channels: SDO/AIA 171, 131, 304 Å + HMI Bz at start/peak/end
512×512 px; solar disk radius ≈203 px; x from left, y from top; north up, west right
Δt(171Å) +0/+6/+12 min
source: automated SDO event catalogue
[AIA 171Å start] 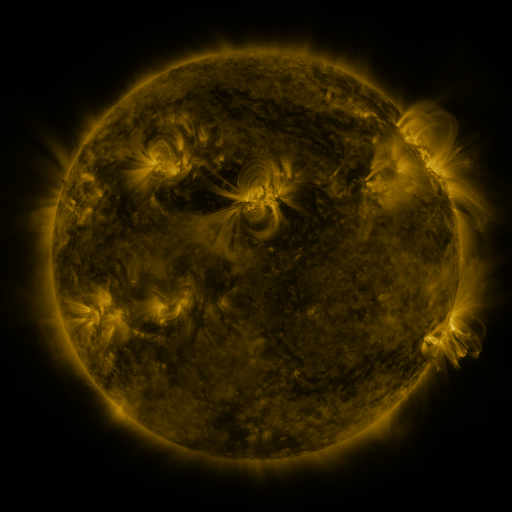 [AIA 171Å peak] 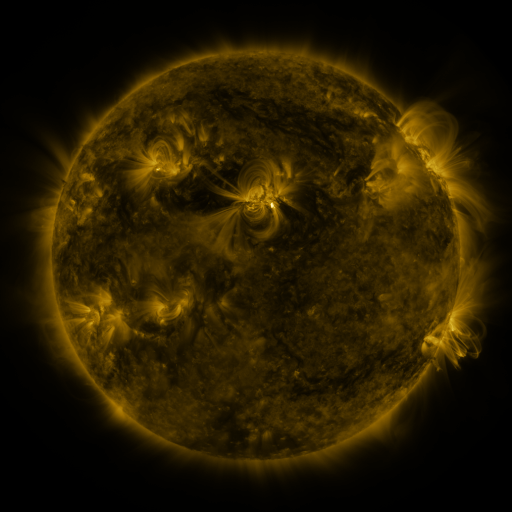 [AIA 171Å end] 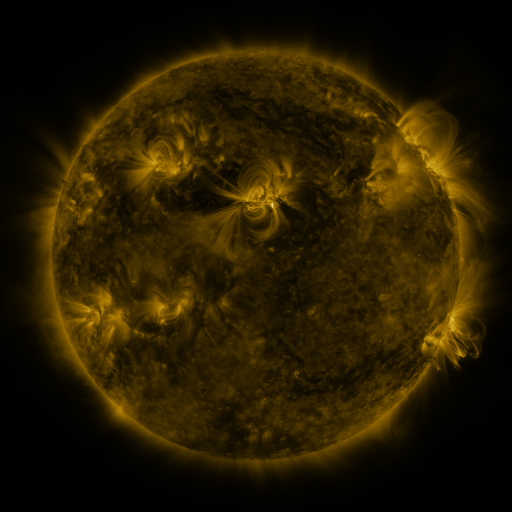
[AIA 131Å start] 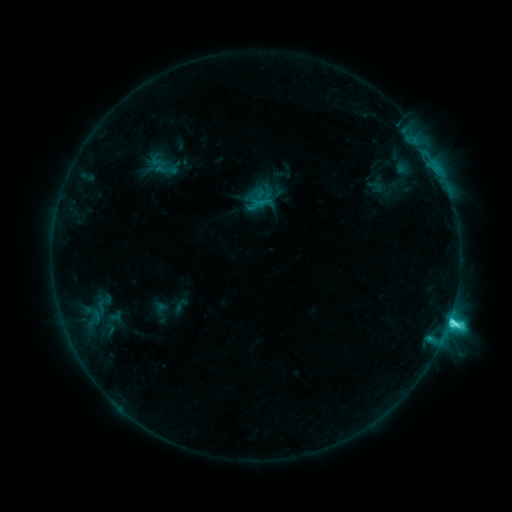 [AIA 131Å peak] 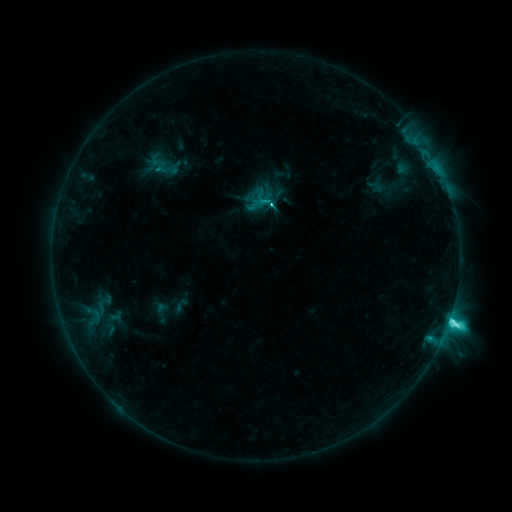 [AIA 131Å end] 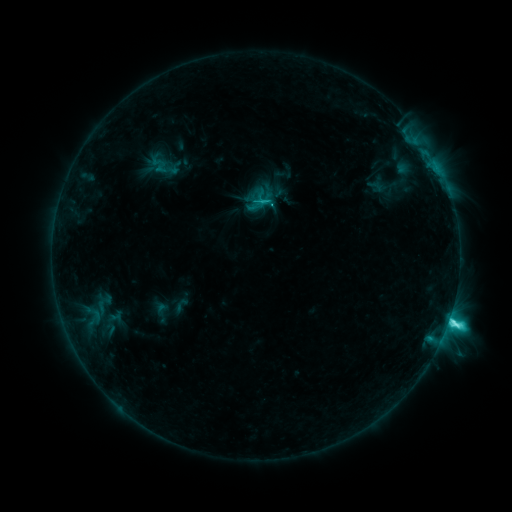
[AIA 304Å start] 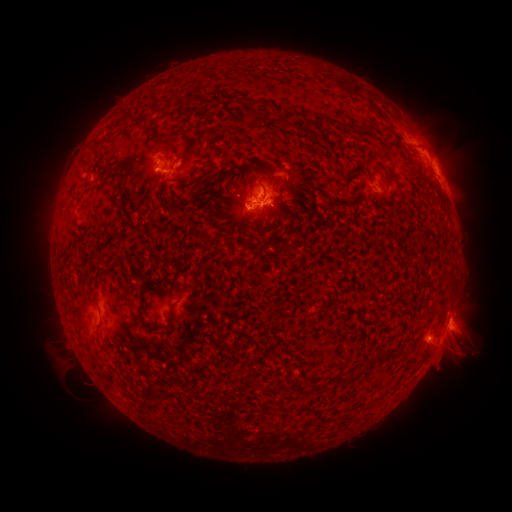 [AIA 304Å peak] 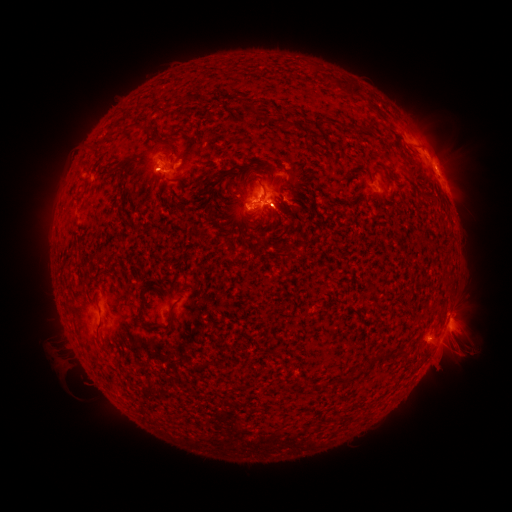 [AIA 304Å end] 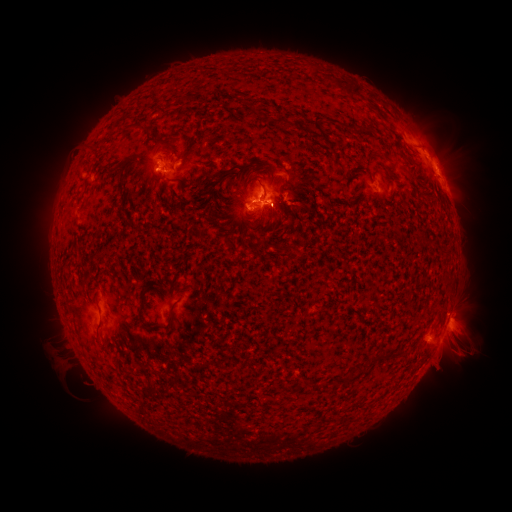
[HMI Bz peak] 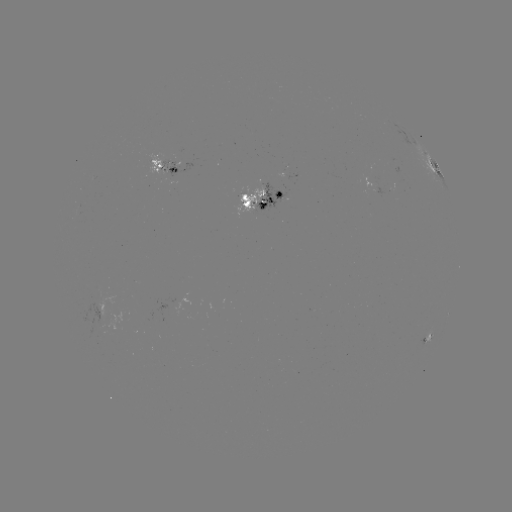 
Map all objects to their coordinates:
eruption: (83, 153)
